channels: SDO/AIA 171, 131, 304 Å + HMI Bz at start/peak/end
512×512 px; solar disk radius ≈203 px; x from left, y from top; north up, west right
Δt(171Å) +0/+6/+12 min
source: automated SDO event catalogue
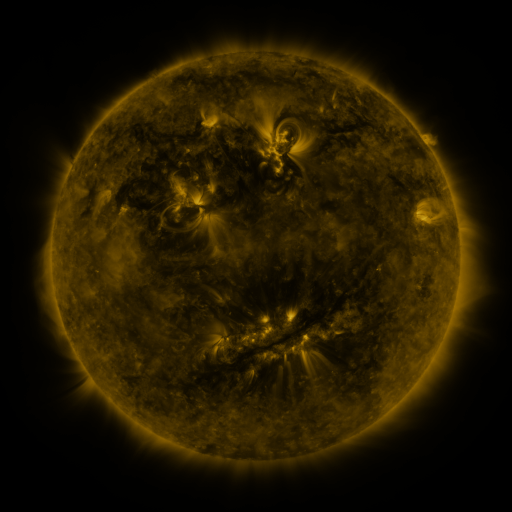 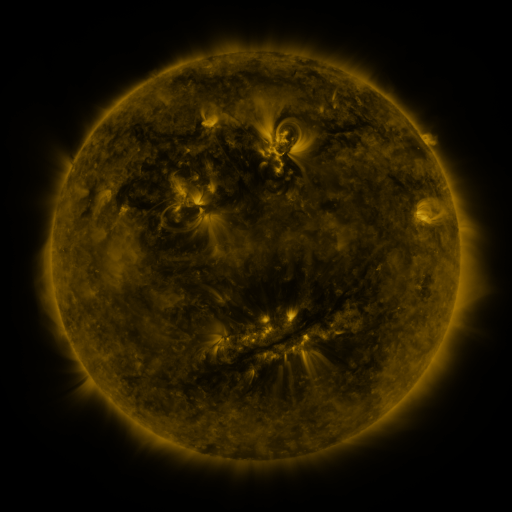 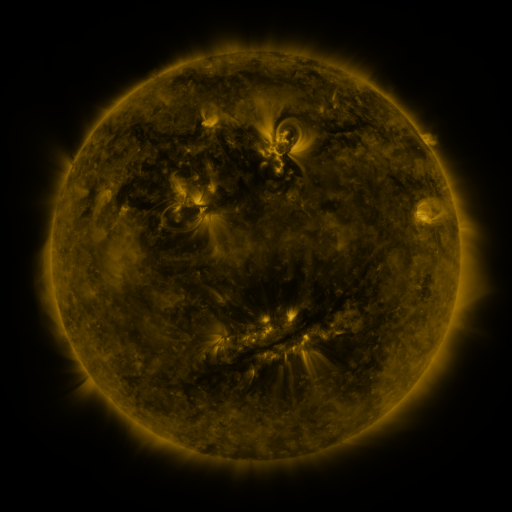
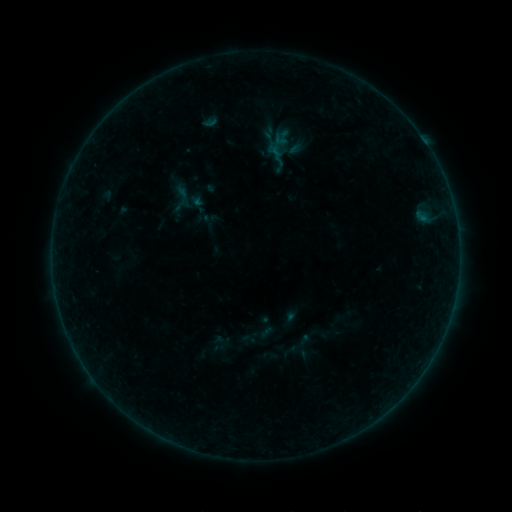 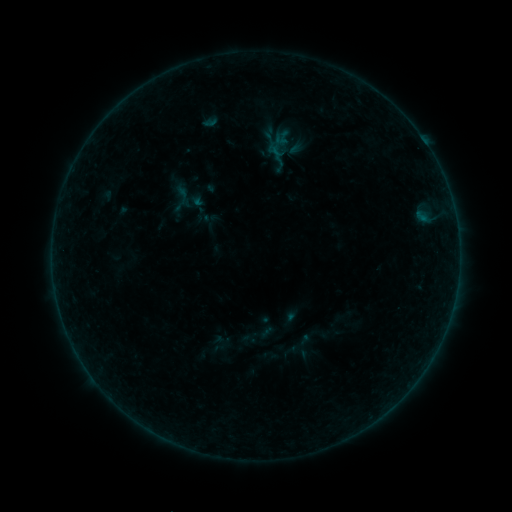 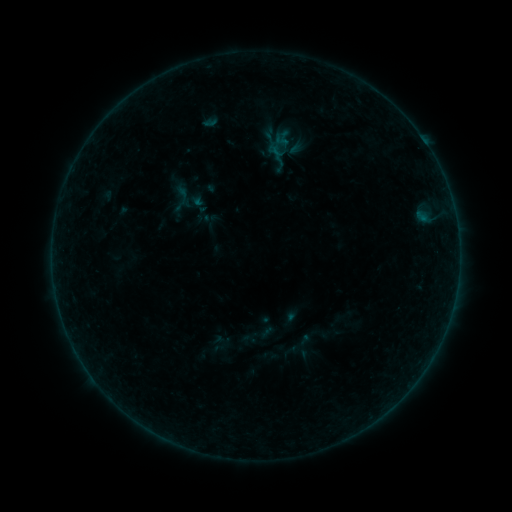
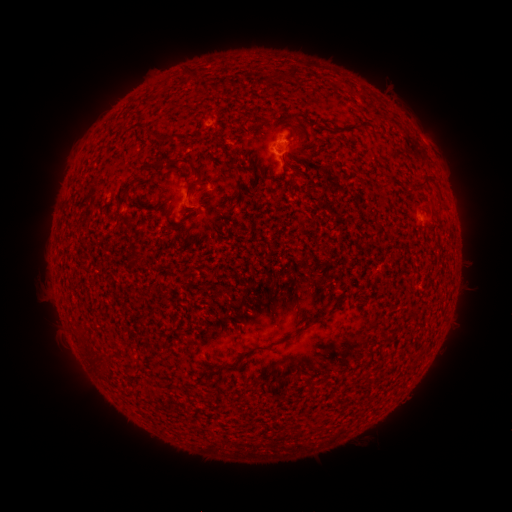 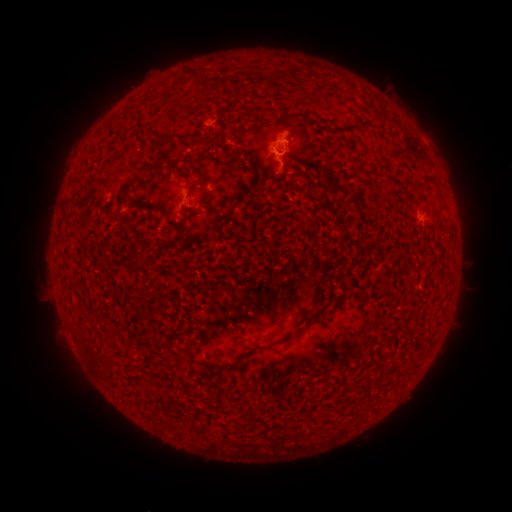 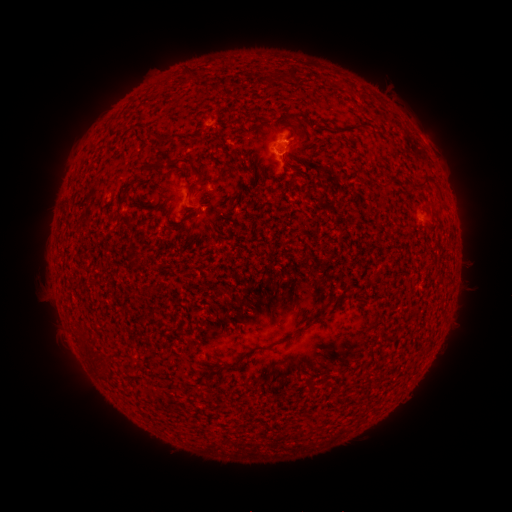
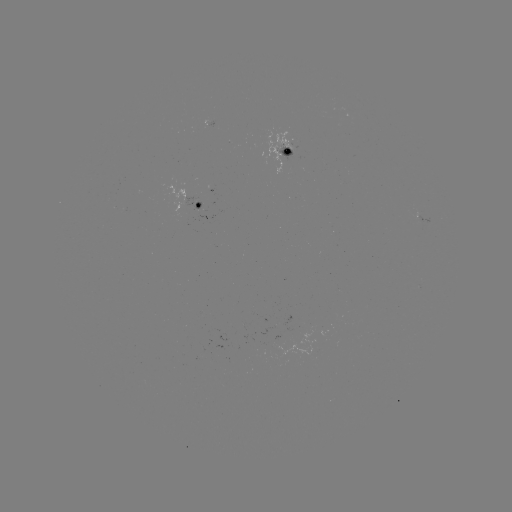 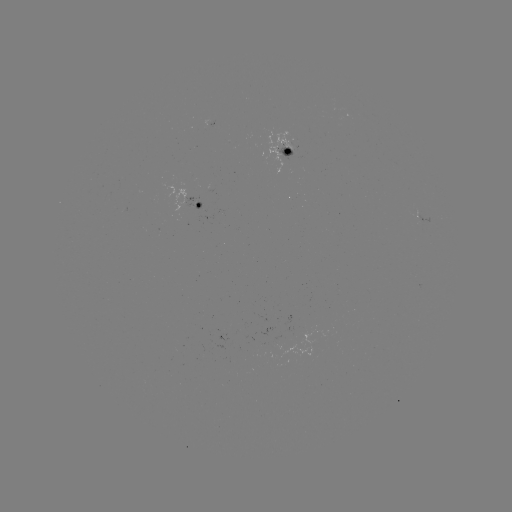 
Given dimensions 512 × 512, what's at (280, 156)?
B1.3 flare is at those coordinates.